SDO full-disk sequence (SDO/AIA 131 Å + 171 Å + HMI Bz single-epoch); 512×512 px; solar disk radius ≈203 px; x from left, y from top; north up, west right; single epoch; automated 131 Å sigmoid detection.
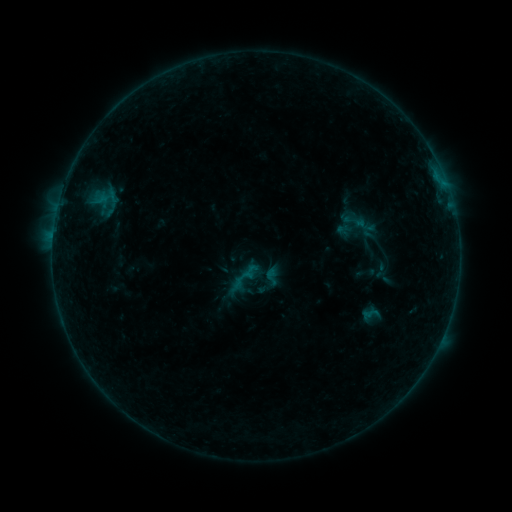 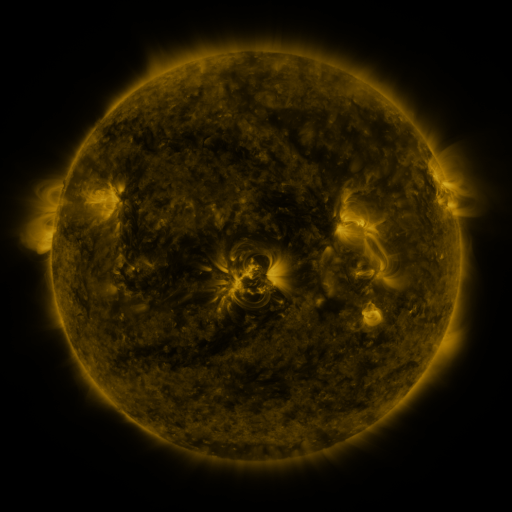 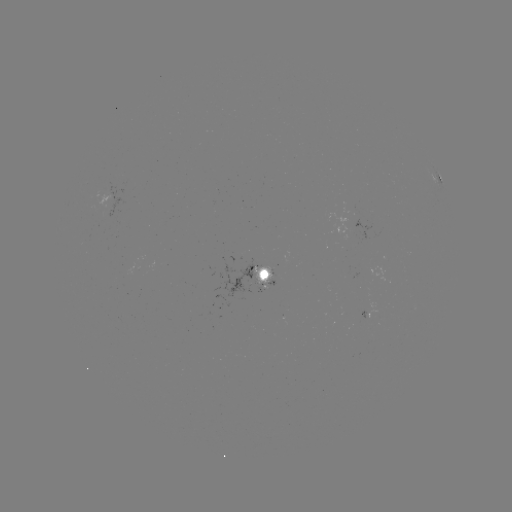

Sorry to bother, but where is sigmoid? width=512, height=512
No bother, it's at [244, 278].